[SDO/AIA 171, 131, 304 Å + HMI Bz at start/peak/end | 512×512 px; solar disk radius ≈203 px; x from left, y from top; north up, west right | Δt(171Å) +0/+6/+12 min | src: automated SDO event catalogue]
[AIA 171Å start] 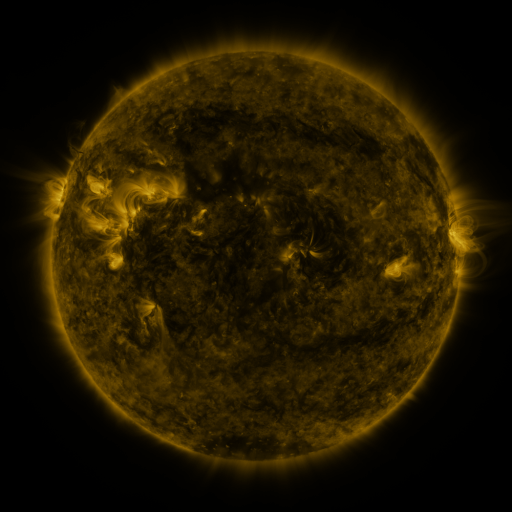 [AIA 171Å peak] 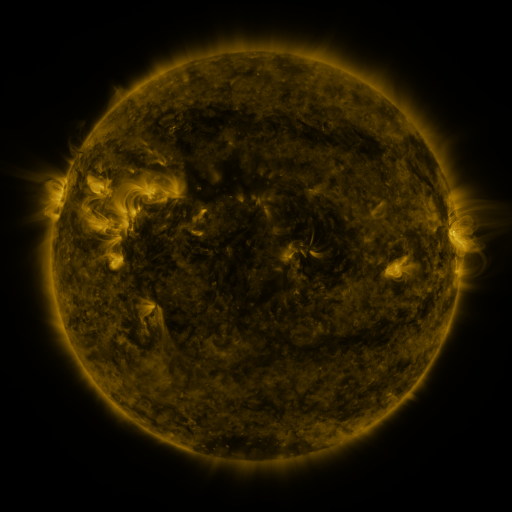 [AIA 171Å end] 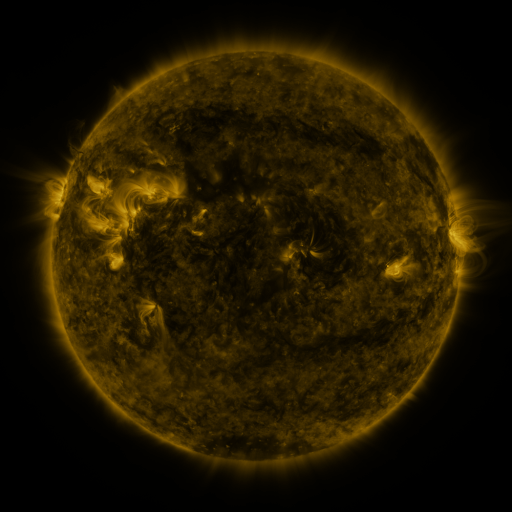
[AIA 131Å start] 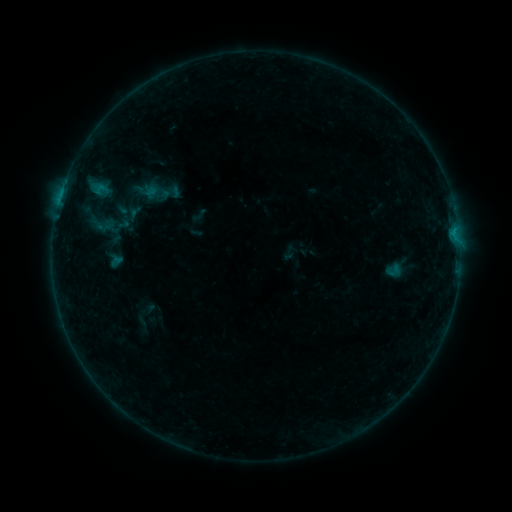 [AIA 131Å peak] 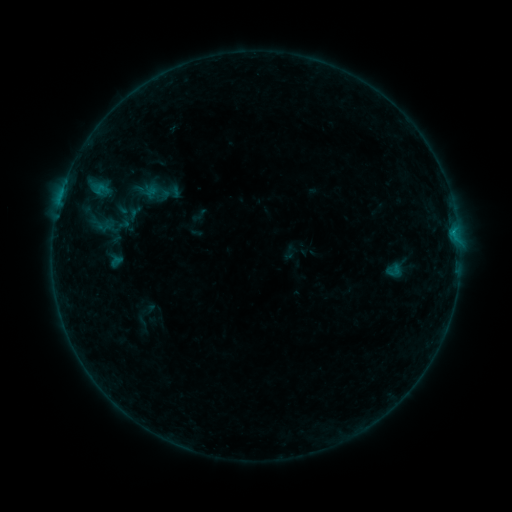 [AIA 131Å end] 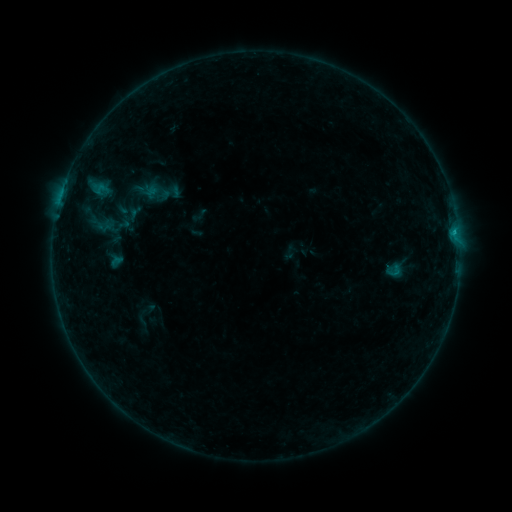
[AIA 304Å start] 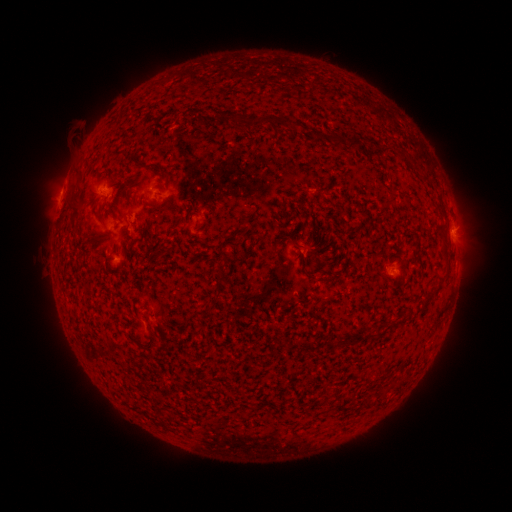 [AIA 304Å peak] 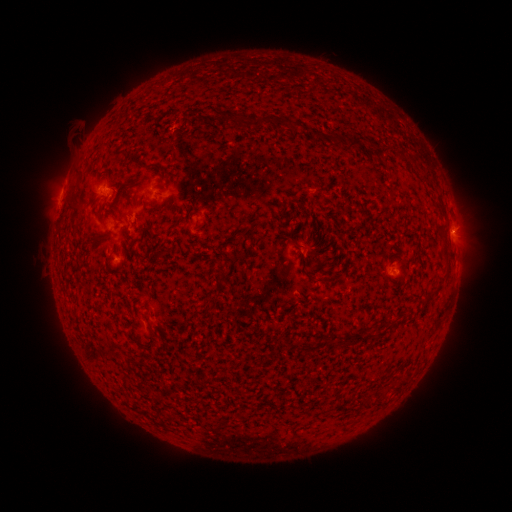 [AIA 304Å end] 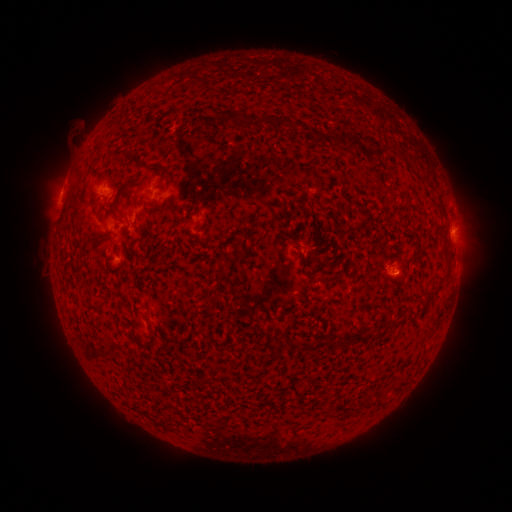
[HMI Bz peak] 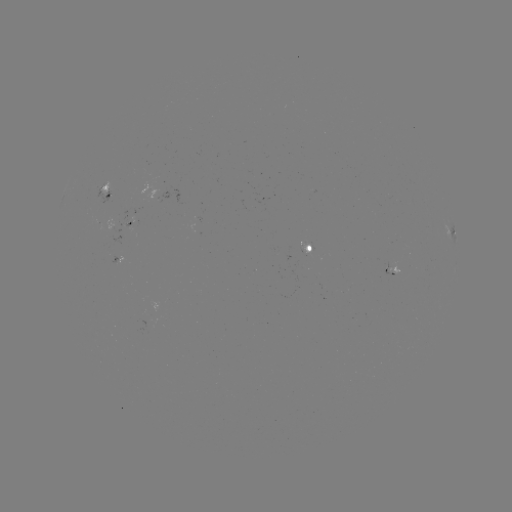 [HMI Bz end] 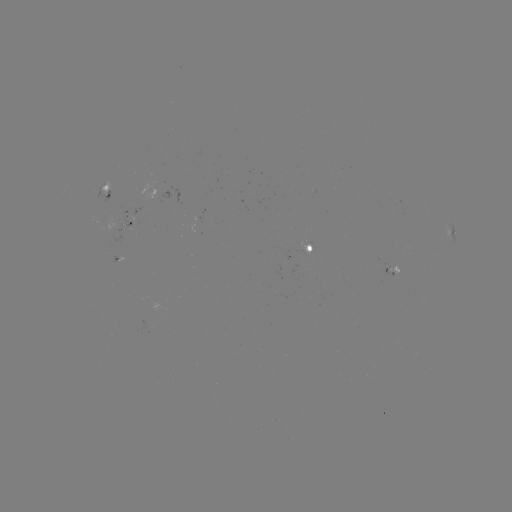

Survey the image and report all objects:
B3.5 flare: (454, 235)
